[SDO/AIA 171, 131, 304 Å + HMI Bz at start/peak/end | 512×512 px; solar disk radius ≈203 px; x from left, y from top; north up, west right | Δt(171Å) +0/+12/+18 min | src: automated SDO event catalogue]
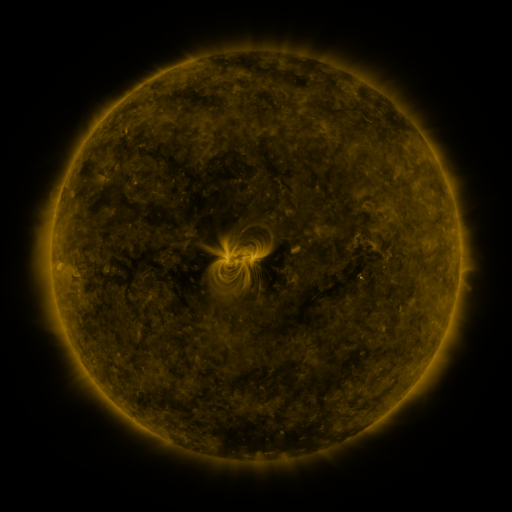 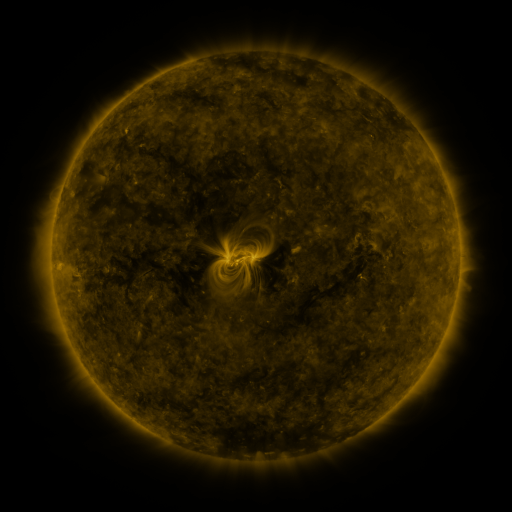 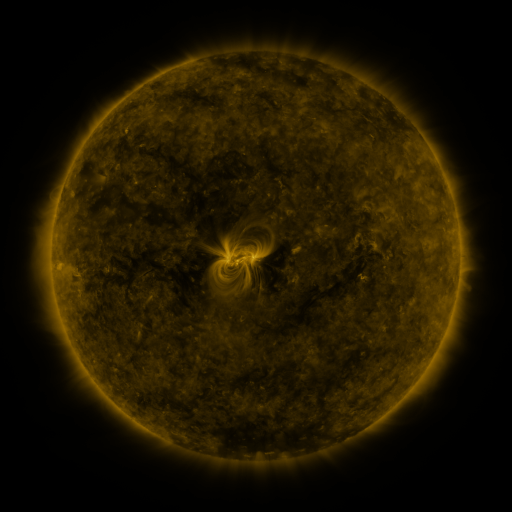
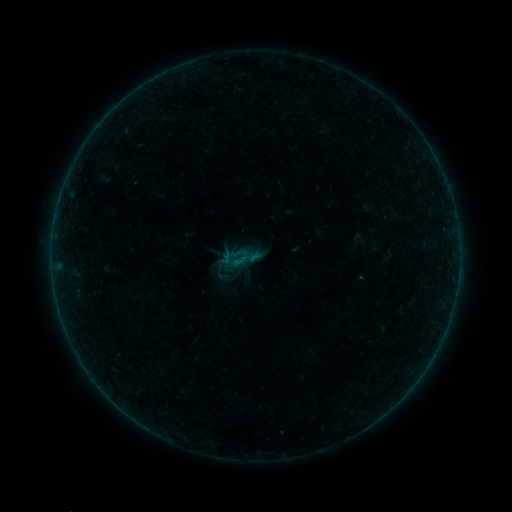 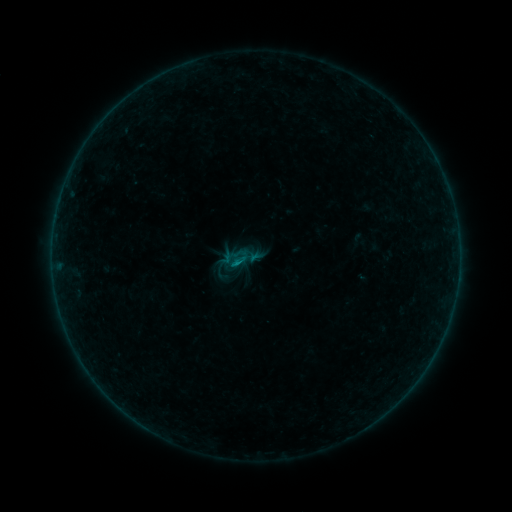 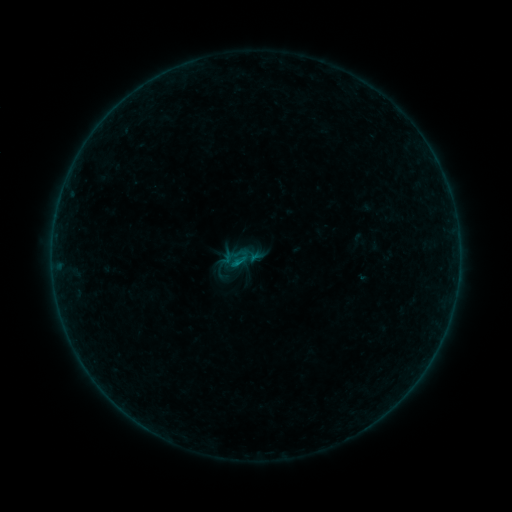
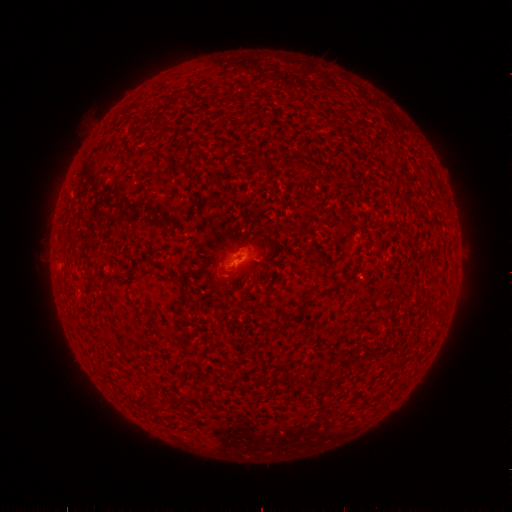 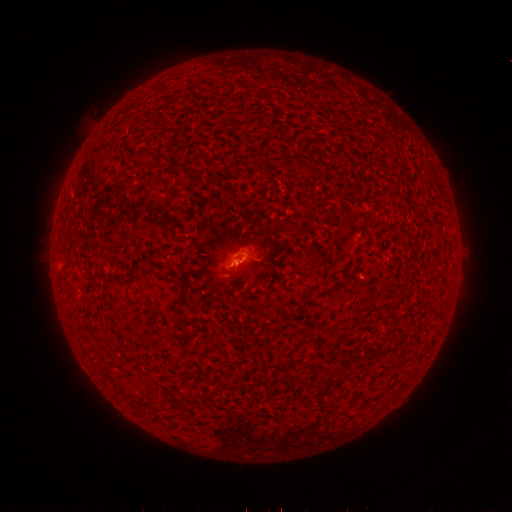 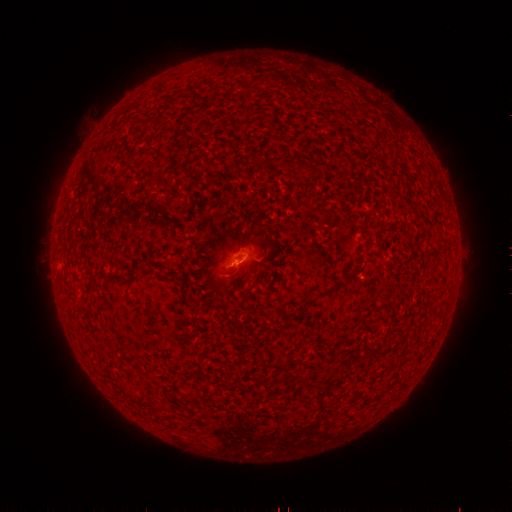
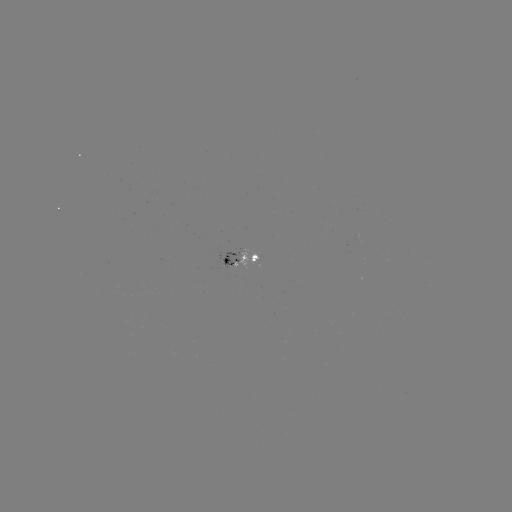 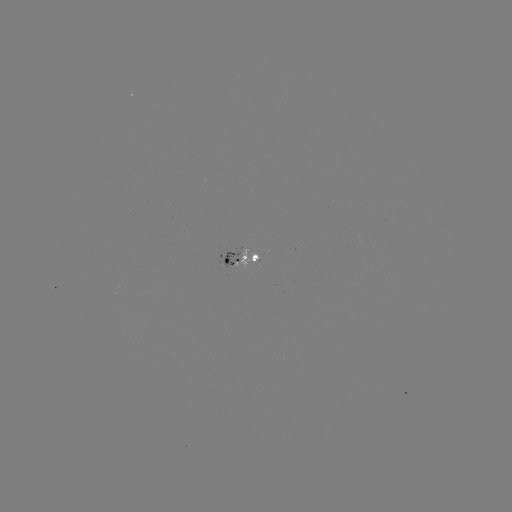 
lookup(B2.4 flare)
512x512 (238, 261)